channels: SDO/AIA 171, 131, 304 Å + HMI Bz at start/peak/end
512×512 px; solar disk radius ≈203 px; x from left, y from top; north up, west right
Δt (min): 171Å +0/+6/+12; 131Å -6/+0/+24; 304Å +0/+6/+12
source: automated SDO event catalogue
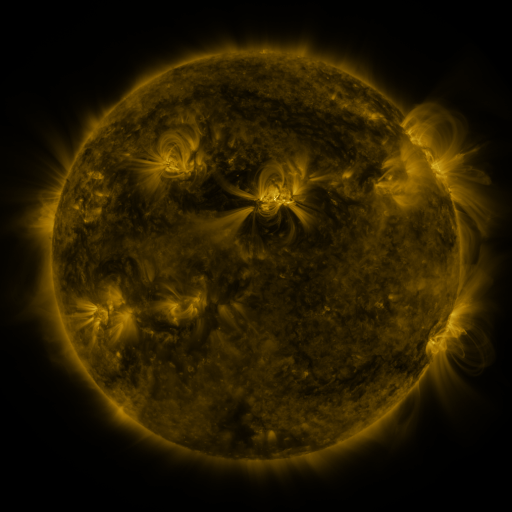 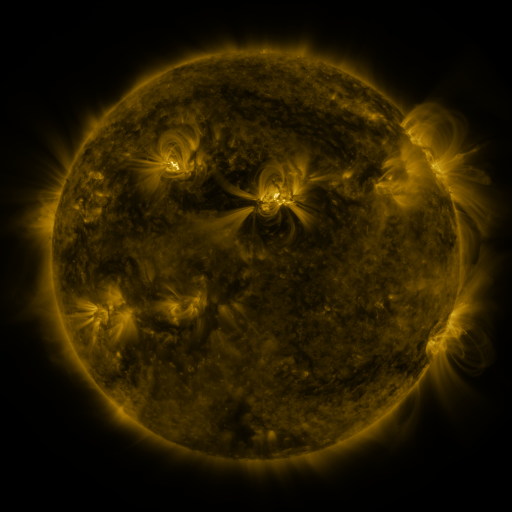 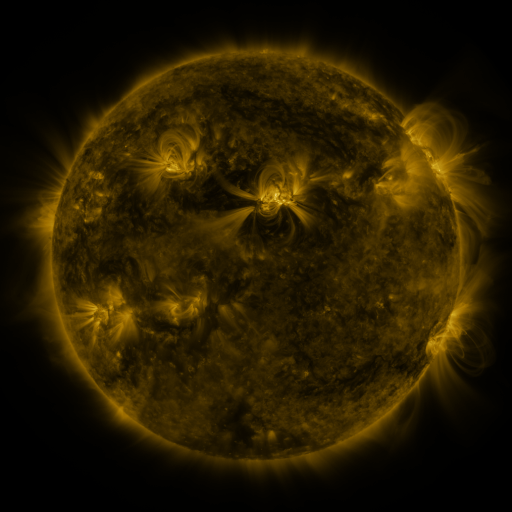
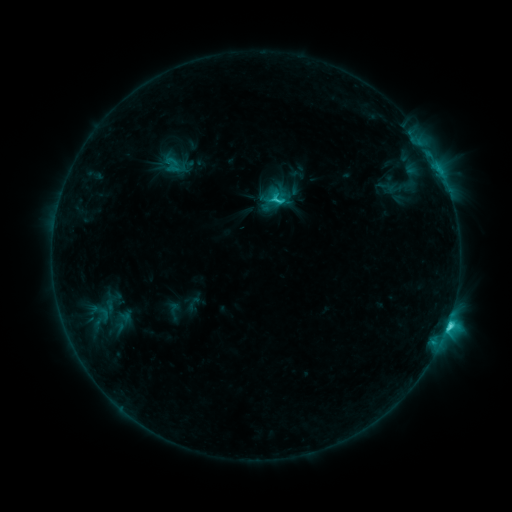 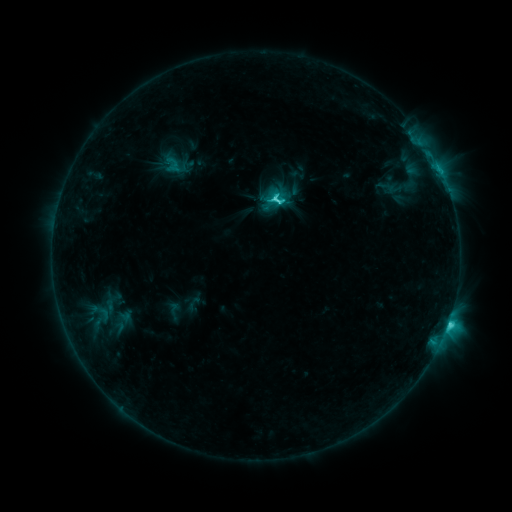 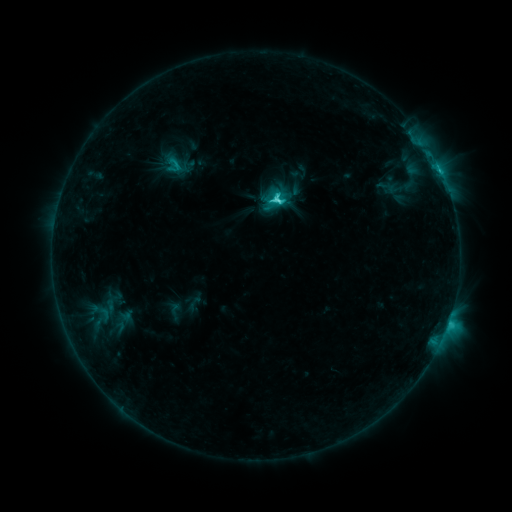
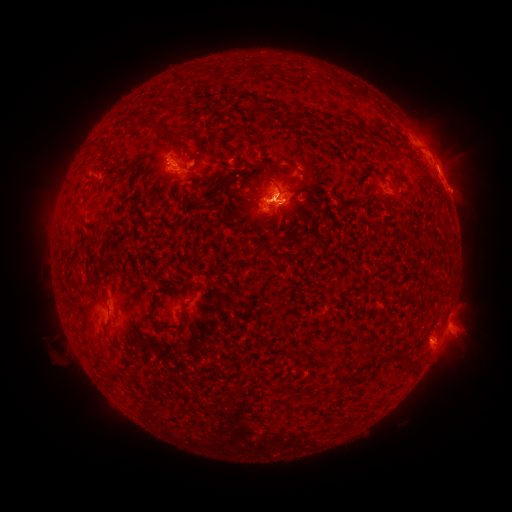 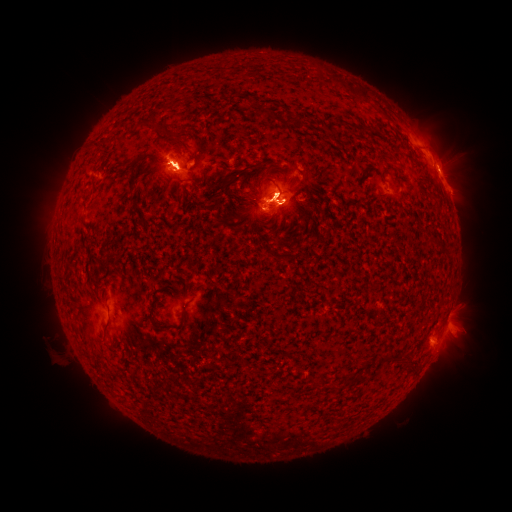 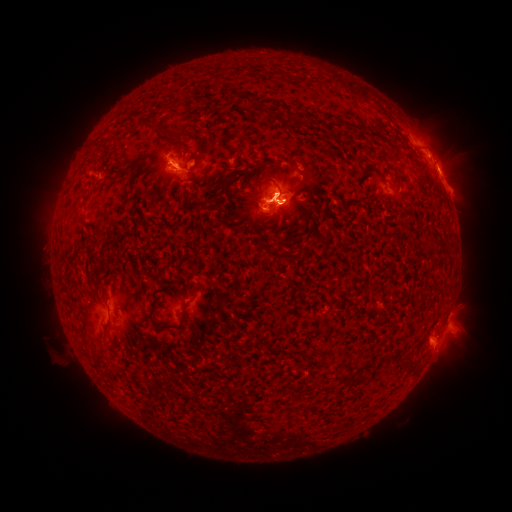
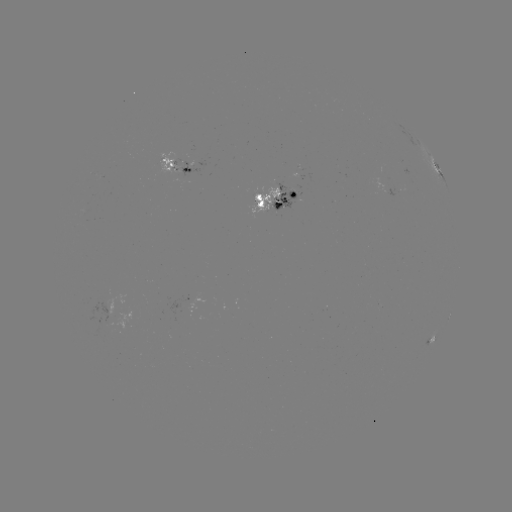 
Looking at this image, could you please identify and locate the eruption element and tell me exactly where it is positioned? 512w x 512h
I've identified eruption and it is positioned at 437,138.